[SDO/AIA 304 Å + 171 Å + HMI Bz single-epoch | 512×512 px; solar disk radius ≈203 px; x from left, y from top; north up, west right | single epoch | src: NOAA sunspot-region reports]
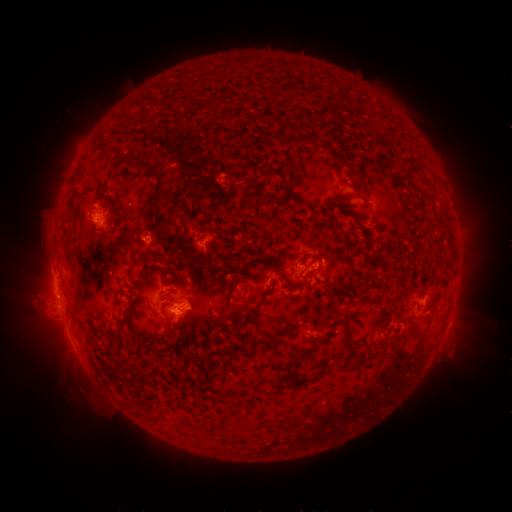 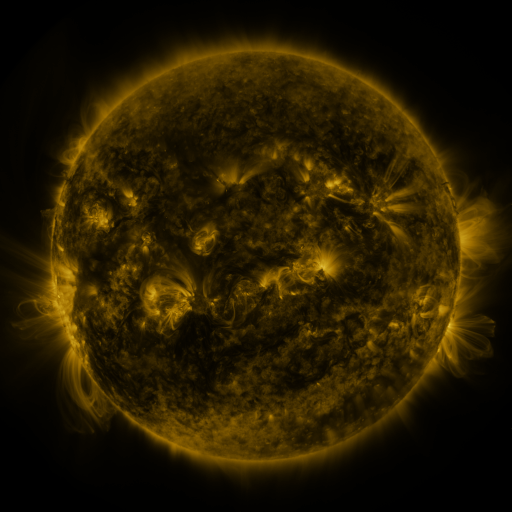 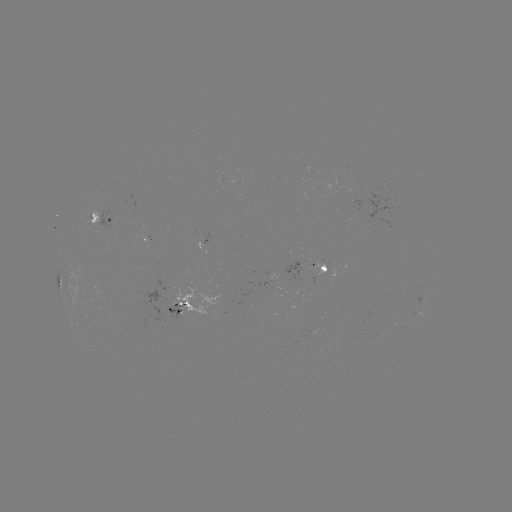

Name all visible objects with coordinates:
spotted active region: (104, 220)
spotted active region: (206, 248)
spotted active region: (301, 265)
spotted active region: (328, 269)
spotted active region: (181, 304)
